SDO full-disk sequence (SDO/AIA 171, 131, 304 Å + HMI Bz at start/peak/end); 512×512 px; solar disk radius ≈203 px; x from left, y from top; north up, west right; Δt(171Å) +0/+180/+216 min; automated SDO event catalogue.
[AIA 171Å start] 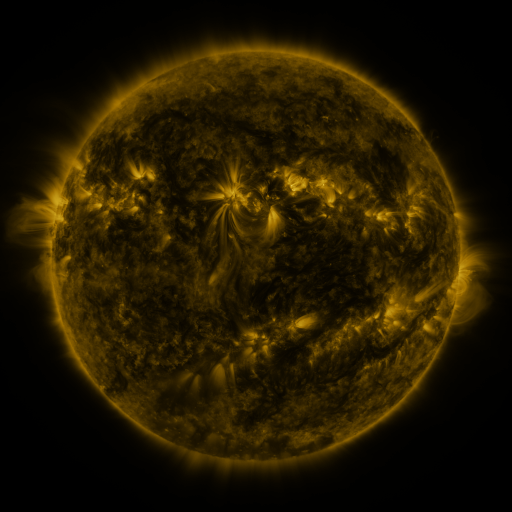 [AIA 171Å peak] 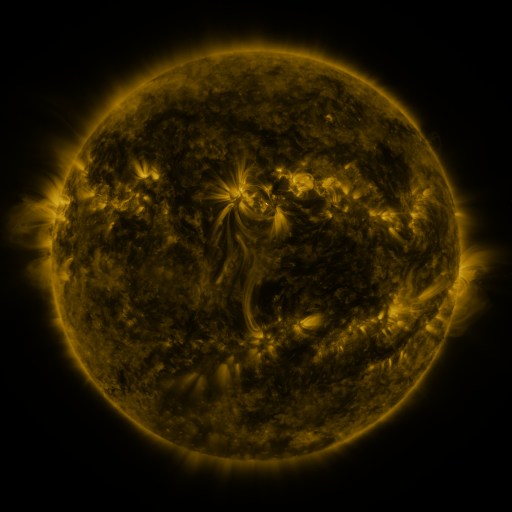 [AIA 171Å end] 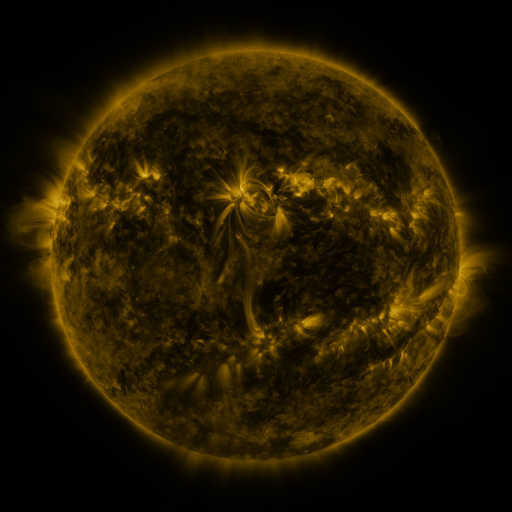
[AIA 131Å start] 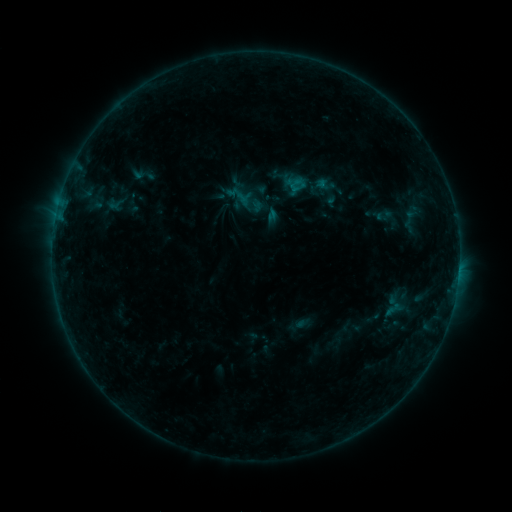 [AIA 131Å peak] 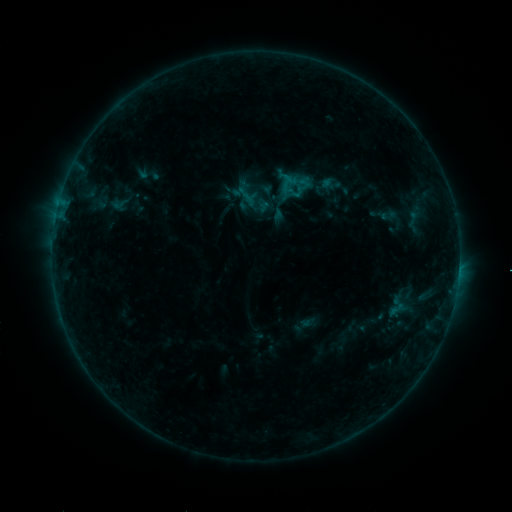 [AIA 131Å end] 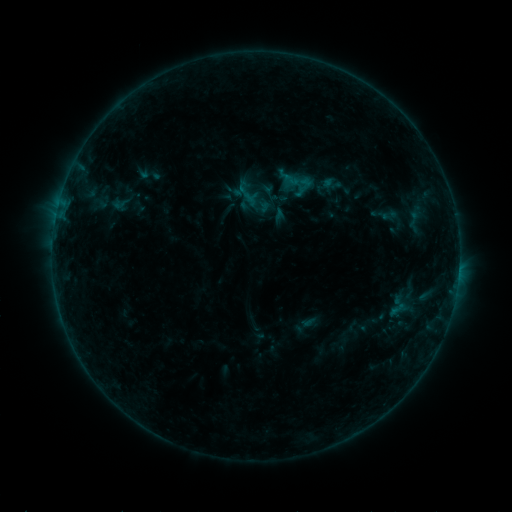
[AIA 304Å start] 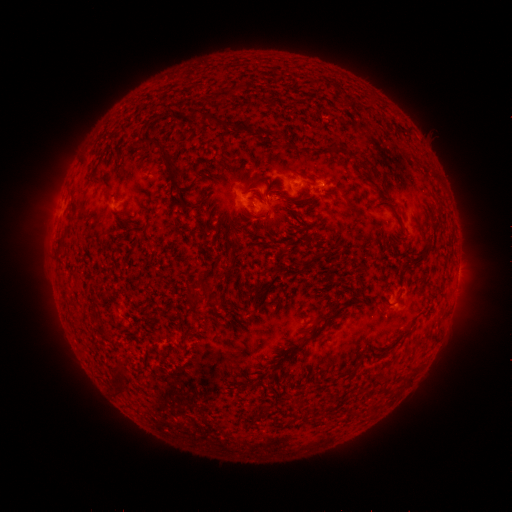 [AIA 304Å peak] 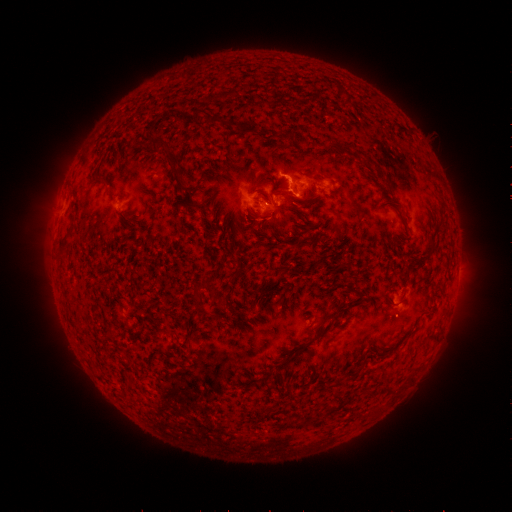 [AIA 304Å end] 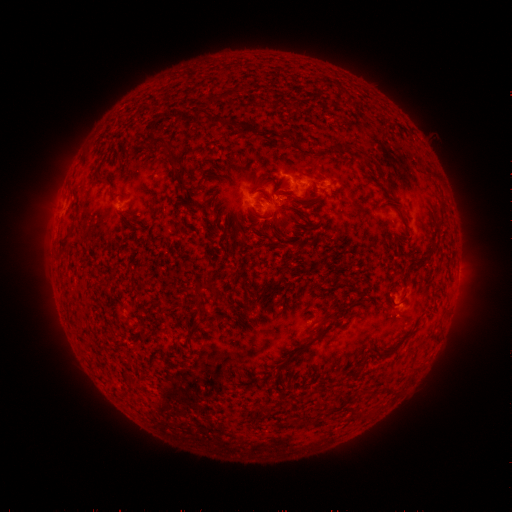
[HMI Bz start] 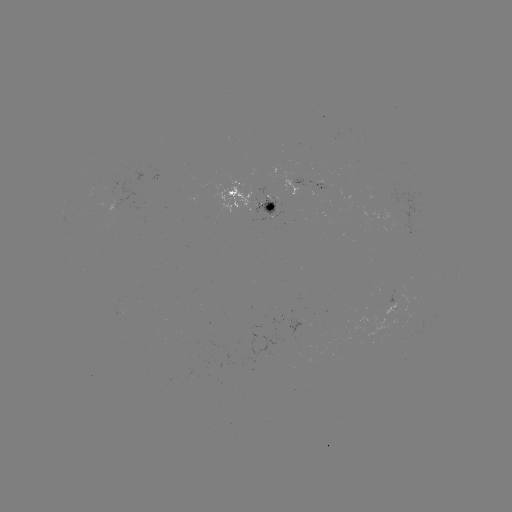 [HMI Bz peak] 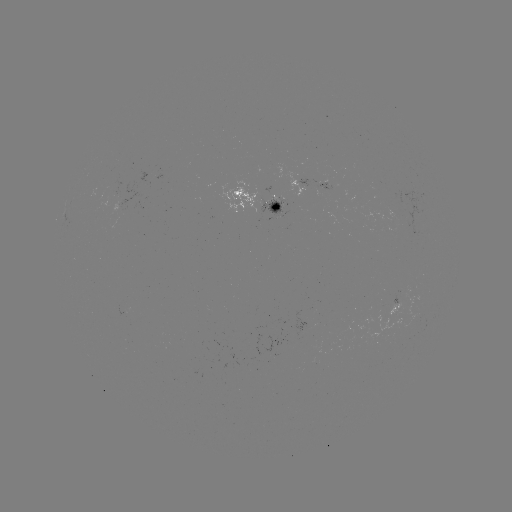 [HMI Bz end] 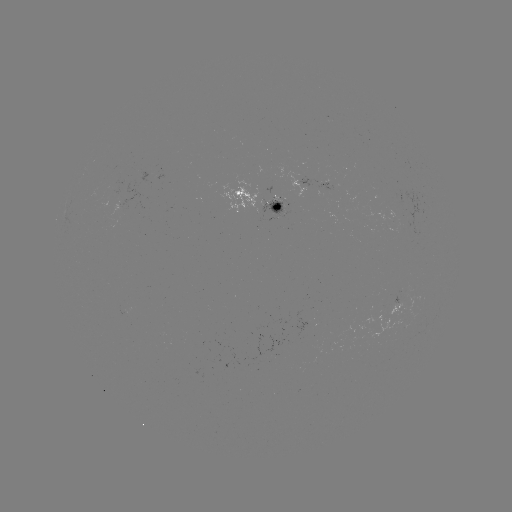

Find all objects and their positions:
emerging-flux region: (323, 191)
